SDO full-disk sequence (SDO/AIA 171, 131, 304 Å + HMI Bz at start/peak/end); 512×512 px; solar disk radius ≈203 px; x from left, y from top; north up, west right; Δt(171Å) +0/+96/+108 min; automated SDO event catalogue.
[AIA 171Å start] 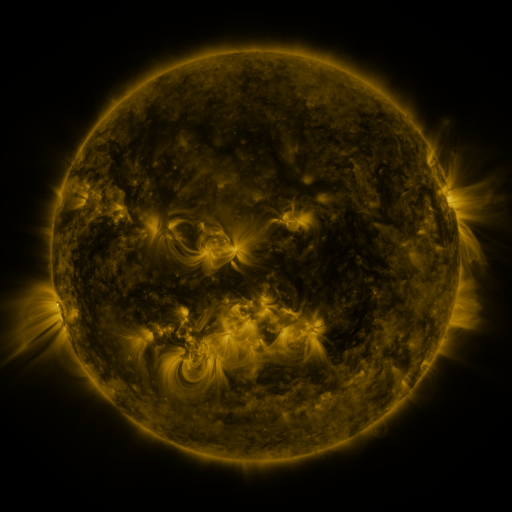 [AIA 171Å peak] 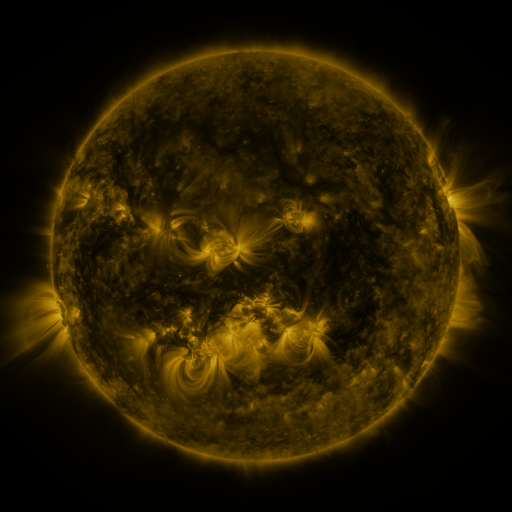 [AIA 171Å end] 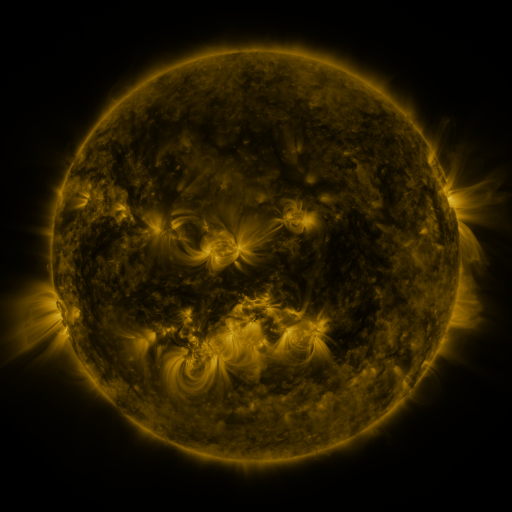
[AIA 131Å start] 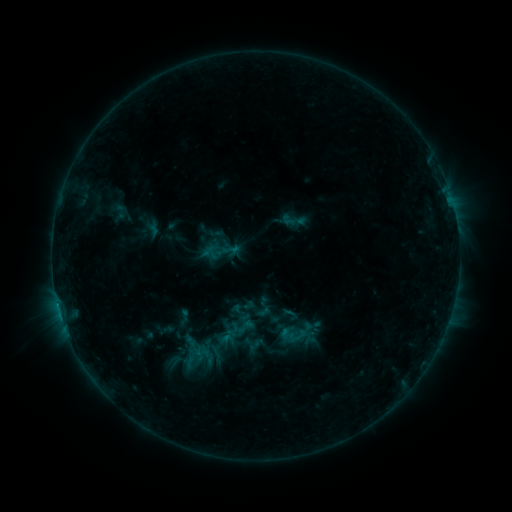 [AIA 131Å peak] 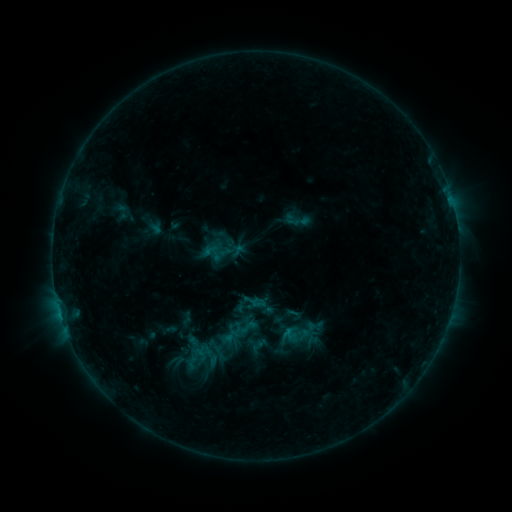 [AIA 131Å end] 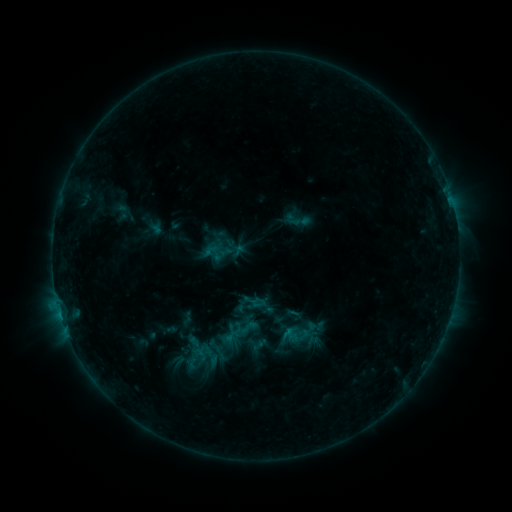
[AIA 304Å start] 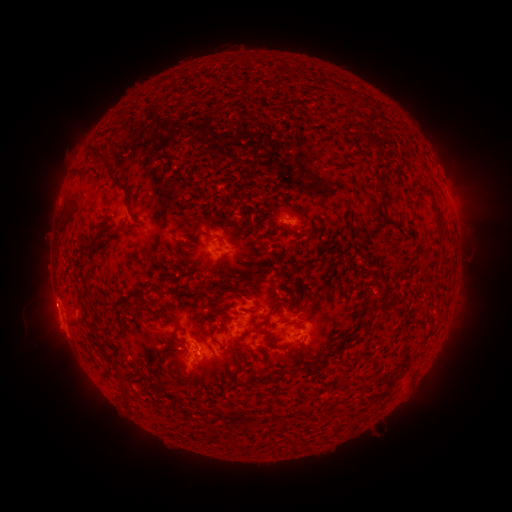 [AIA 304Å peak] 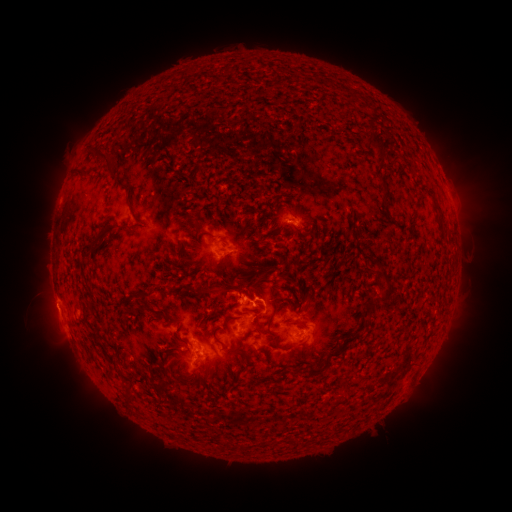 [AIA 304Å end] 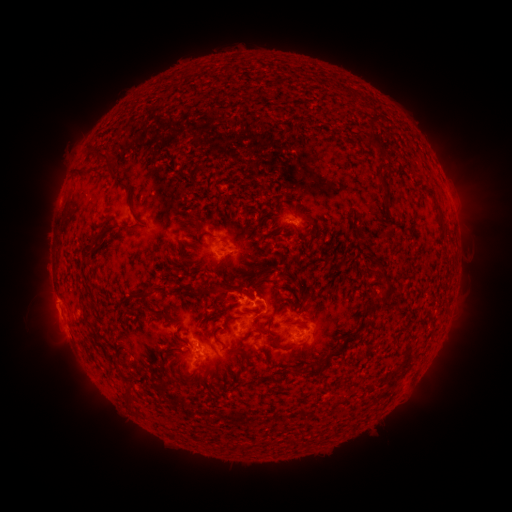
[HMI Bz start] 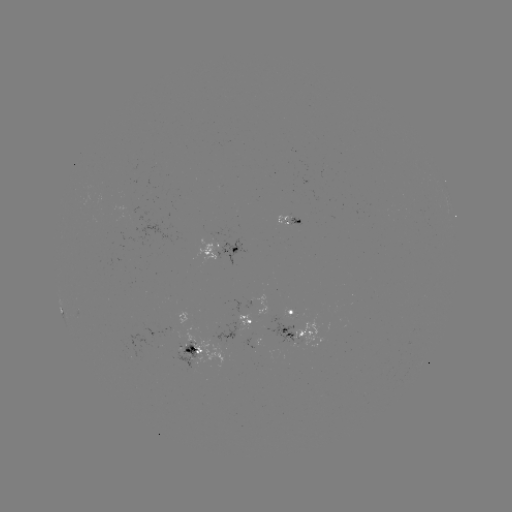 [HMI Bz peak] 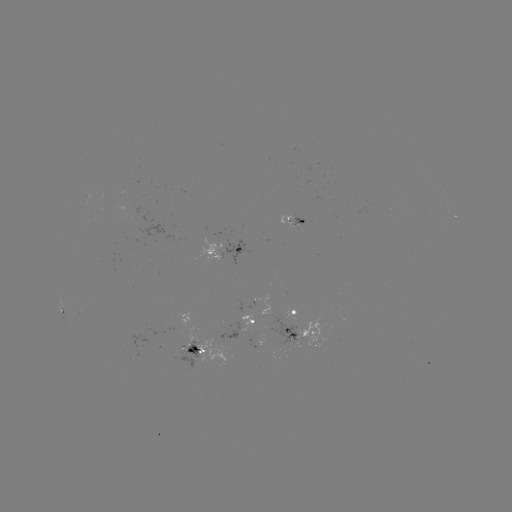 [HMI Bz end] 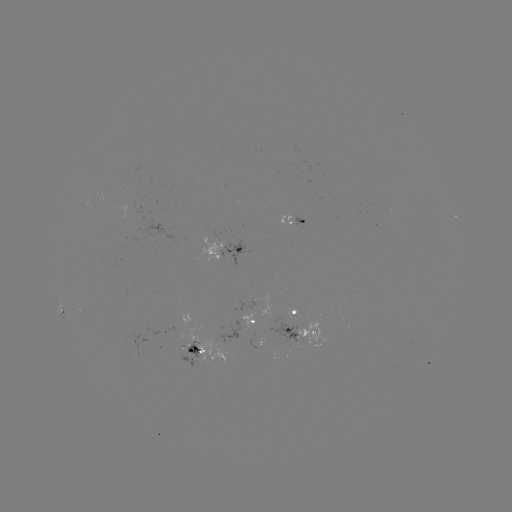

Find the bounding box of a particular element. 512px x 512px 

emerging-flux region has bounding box [170, 341, 204, 372].